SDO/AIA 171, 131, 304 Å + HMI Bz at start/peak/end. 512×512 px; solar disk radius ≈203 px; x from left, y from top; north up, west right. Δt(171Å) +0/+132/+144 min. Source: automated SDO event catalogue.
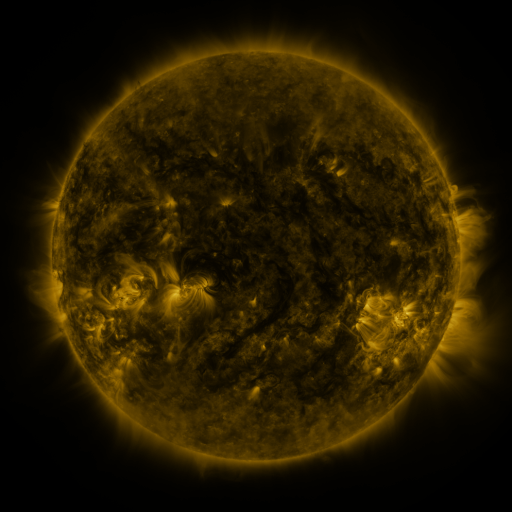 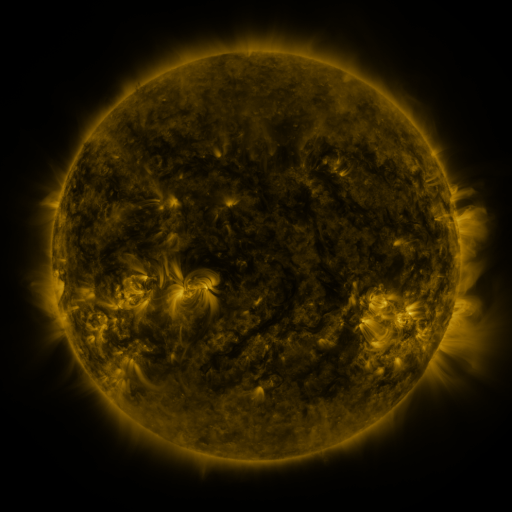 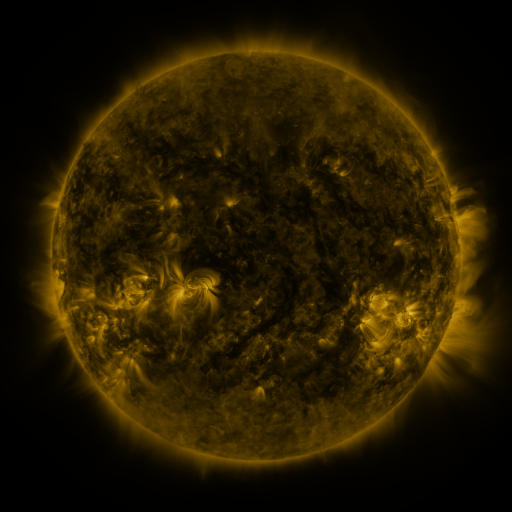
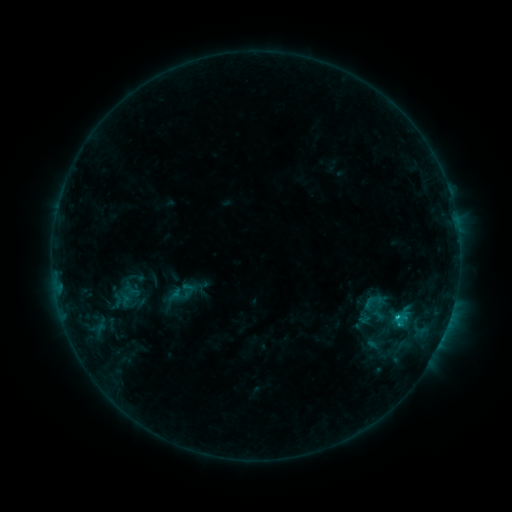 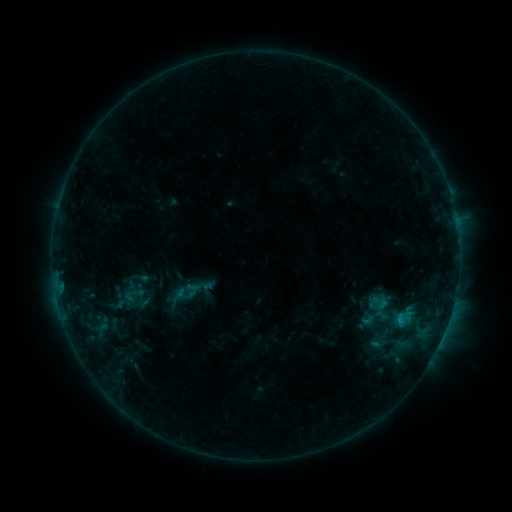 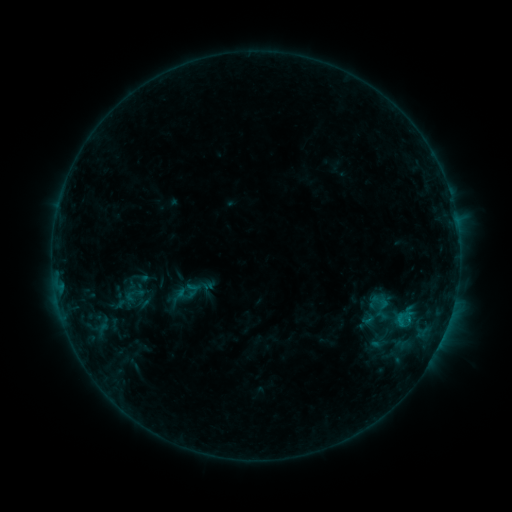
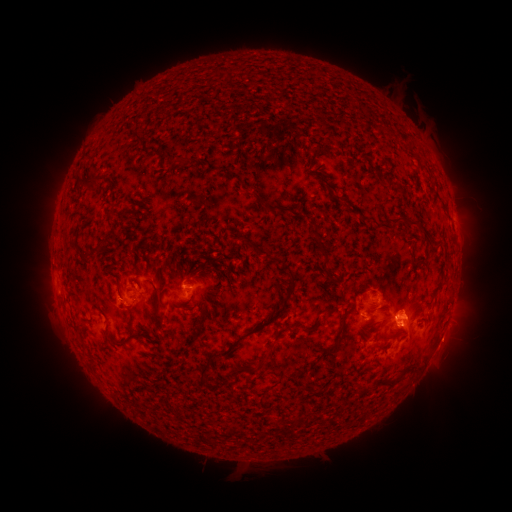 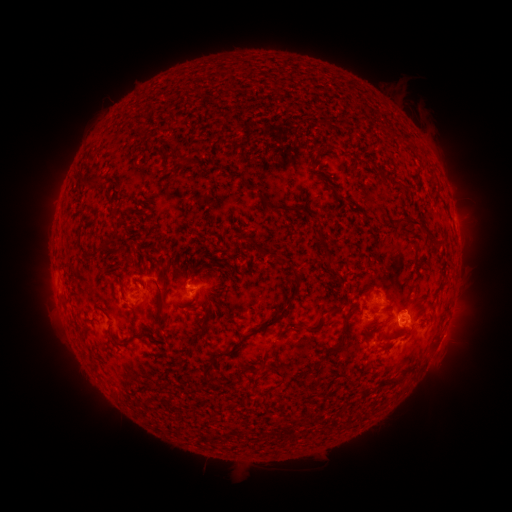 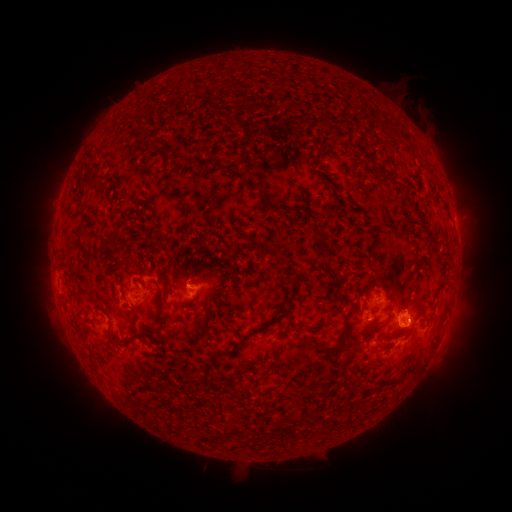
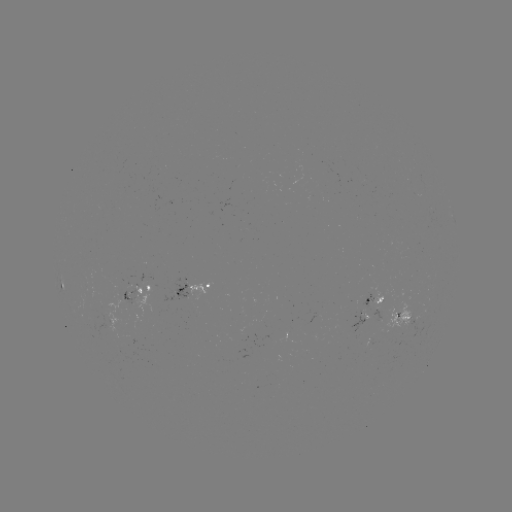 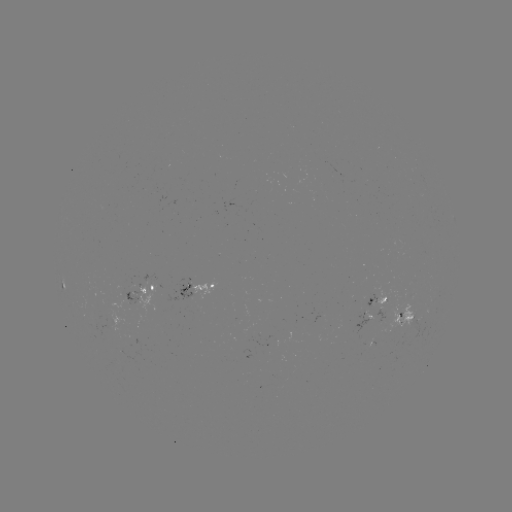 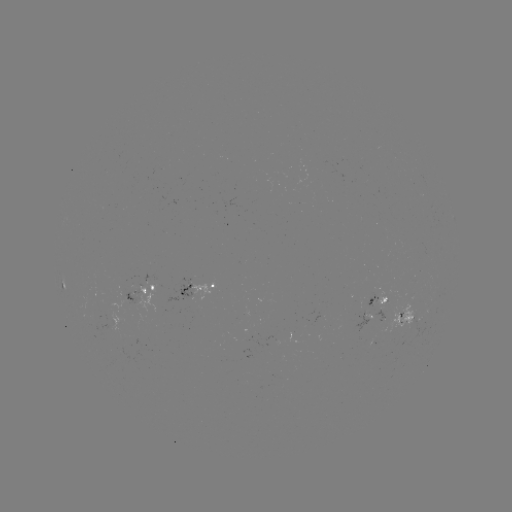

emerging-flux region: (353, 307, 367, 331)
